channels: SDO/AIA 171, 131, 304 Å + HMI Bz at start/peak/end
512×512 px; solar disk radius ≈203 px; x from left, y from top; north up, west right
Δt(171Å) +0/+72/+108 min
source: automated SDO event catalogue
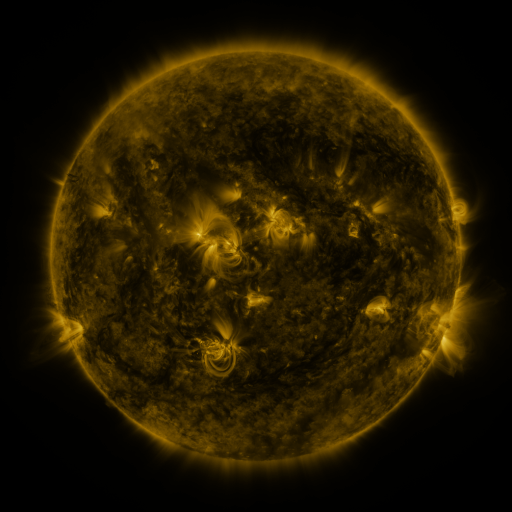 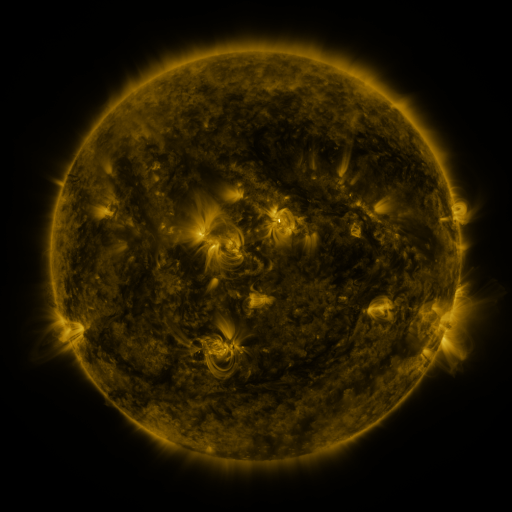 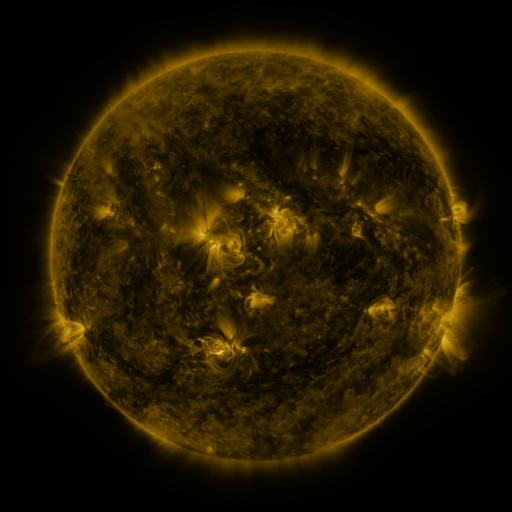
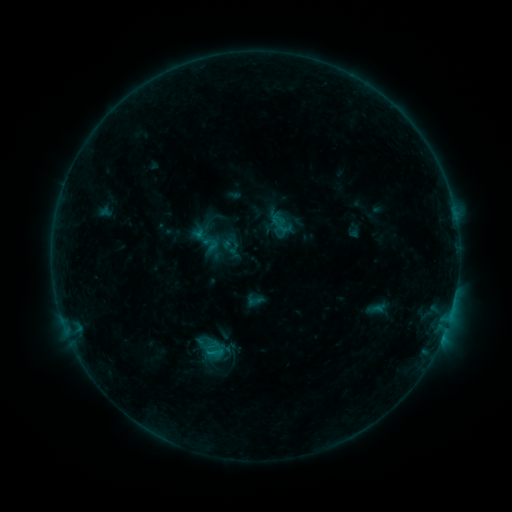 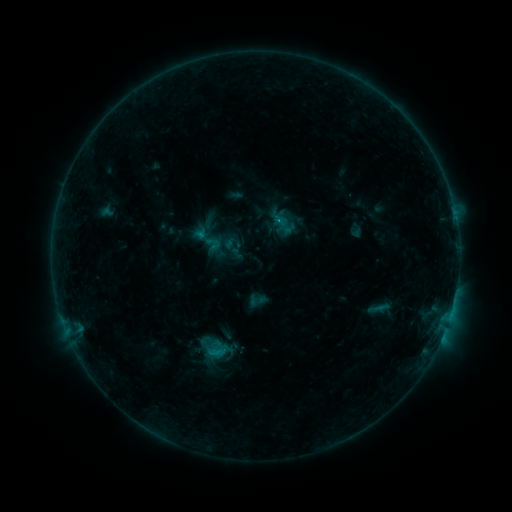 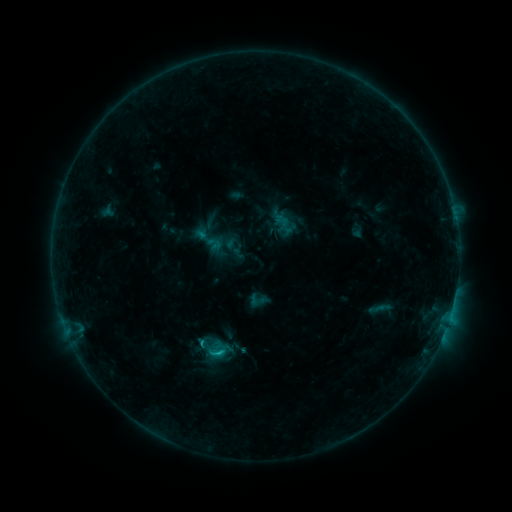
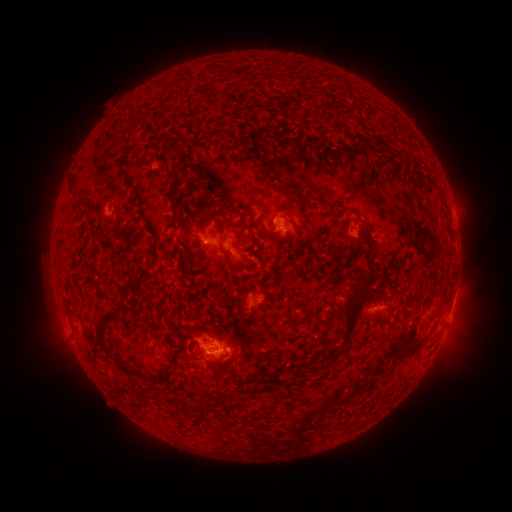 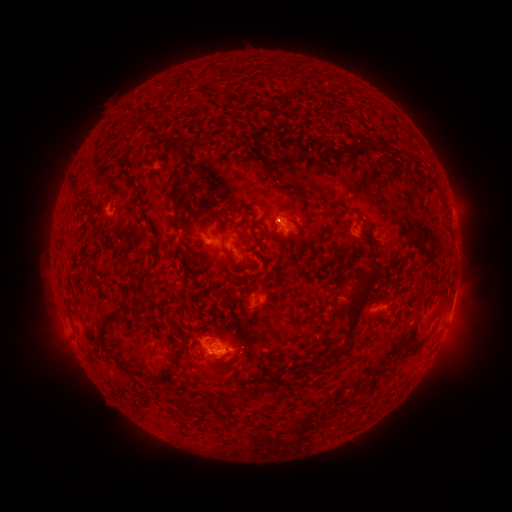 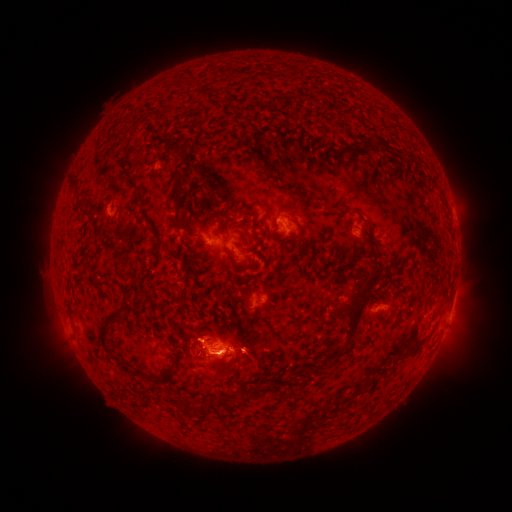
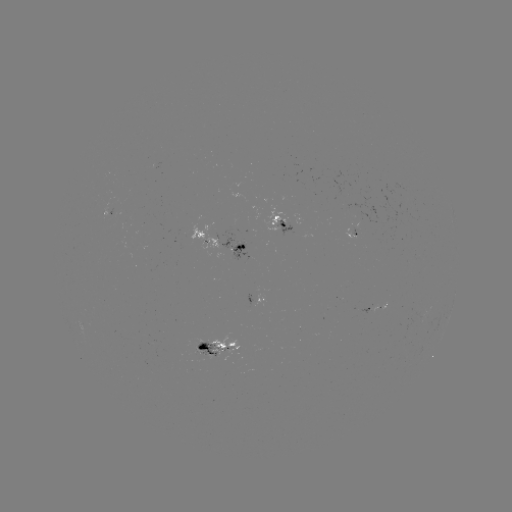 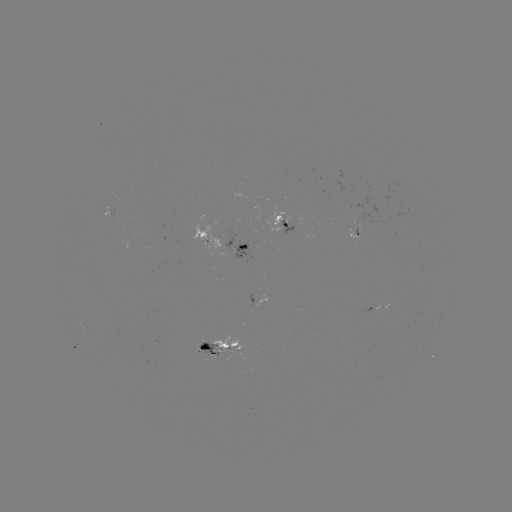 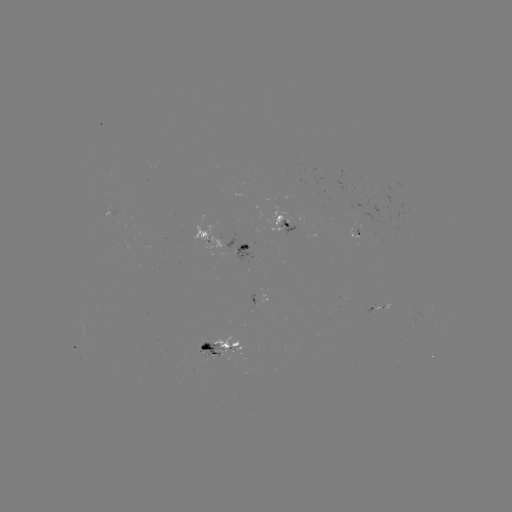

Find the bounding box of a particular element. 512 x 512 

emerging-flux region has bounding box [197, 344, 223, 362].